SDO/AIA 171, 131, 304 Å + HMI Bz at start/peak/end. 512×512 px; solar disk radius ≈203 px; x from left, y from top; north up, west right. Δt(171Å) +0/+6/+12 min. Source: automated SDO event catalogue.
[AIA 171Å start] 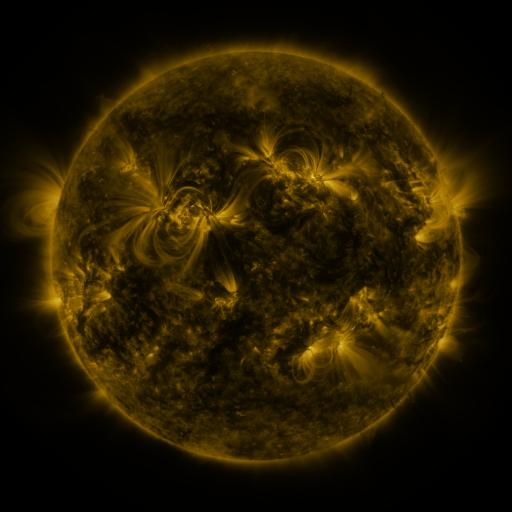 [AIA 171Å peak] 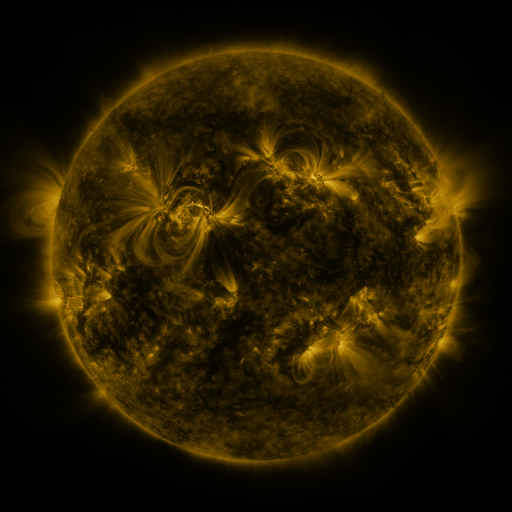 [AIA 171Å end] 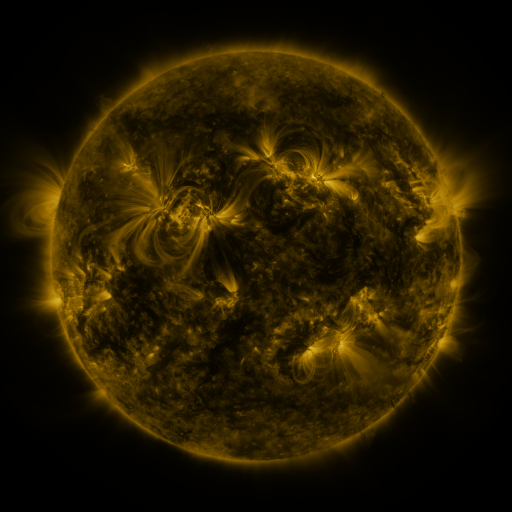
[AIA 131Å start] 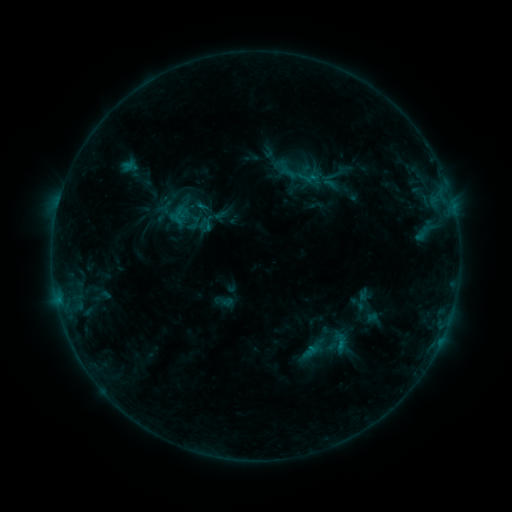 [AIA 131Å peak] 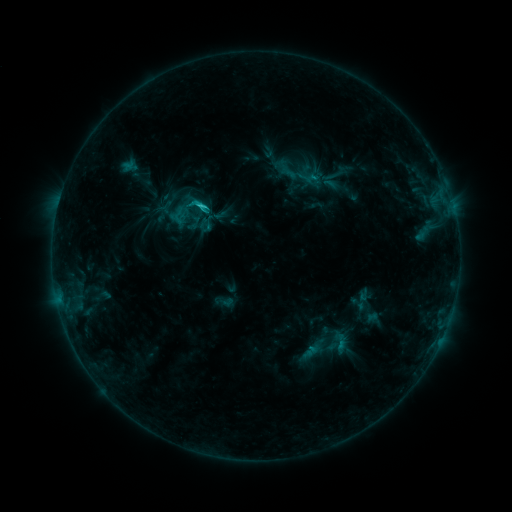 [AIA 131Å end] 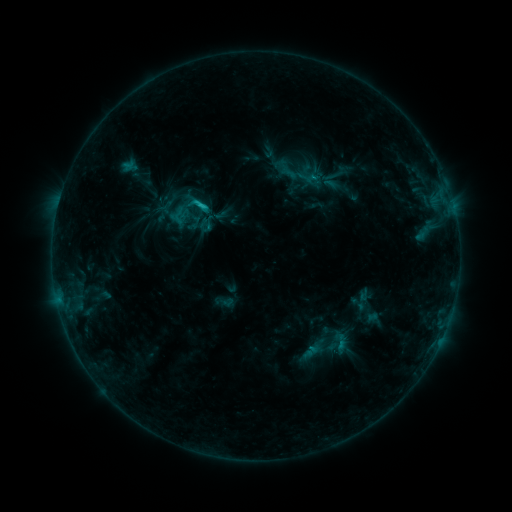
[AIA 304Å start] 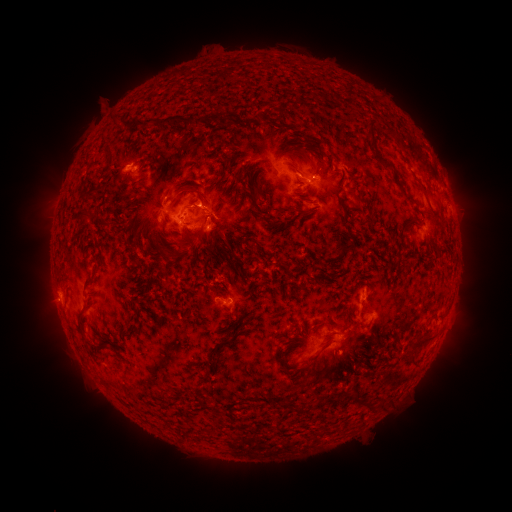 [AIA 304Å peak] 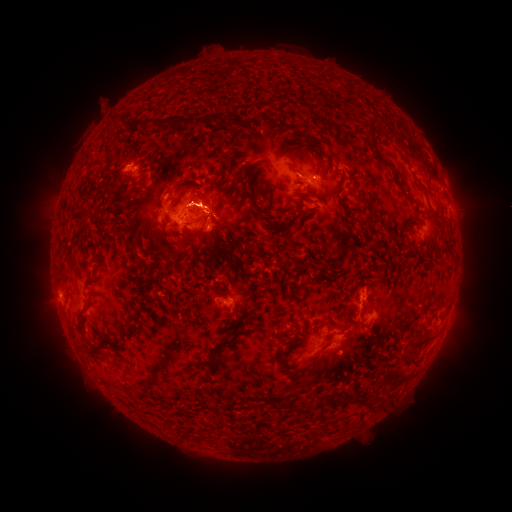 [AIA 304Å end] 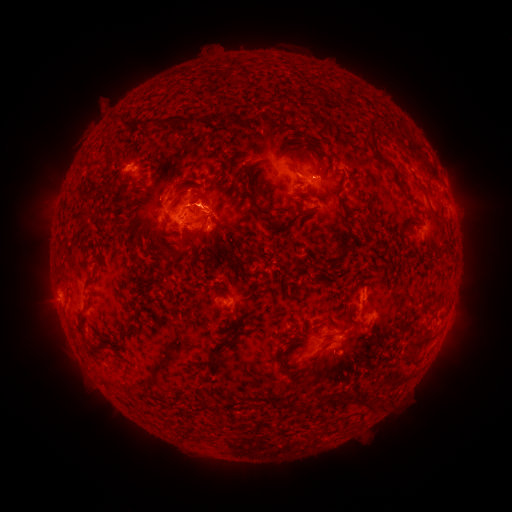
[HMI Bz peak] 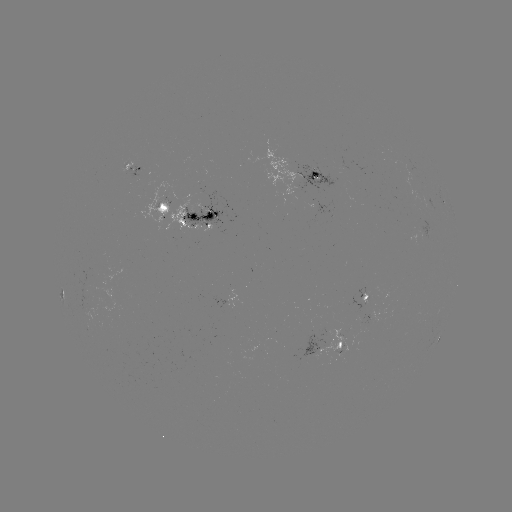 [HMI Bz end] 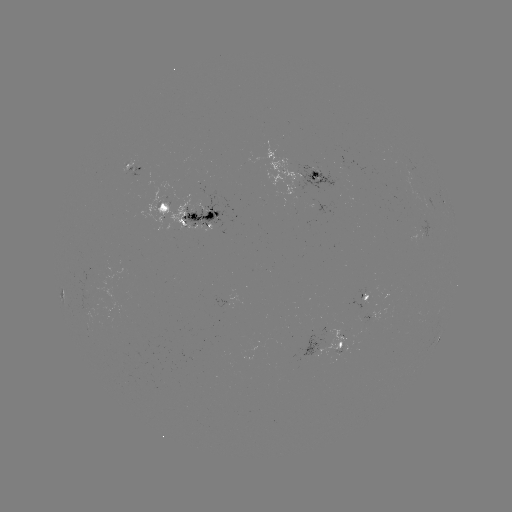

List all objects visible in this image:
C1.9 flare: (203, 209)
